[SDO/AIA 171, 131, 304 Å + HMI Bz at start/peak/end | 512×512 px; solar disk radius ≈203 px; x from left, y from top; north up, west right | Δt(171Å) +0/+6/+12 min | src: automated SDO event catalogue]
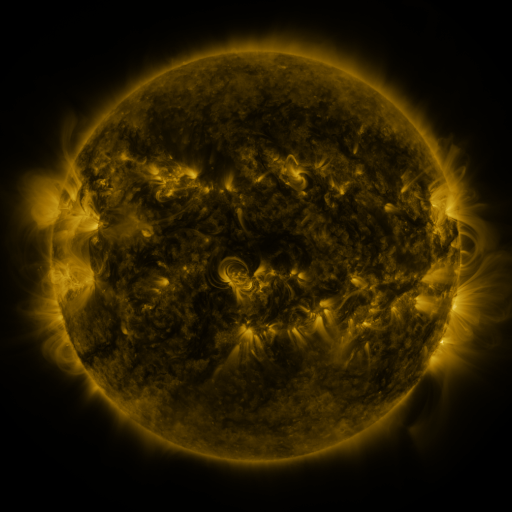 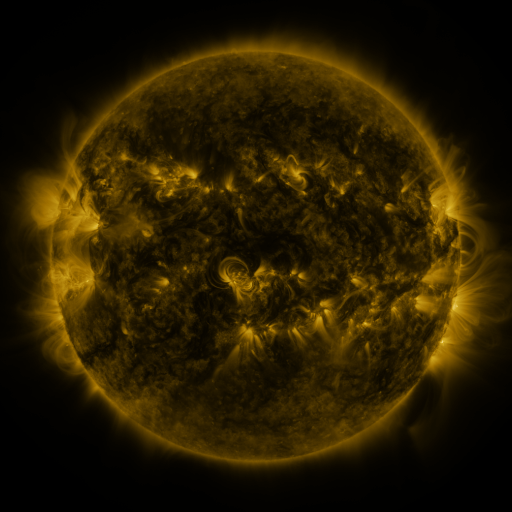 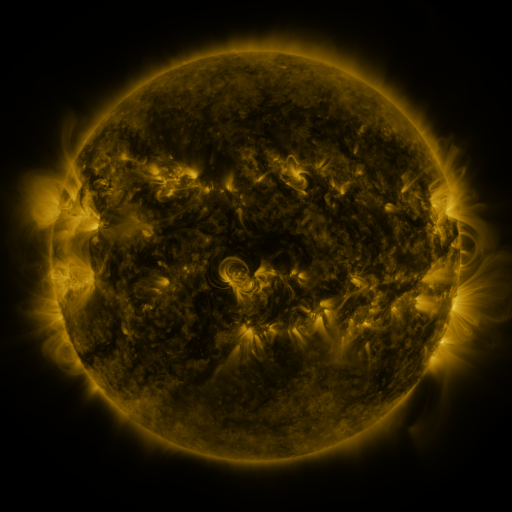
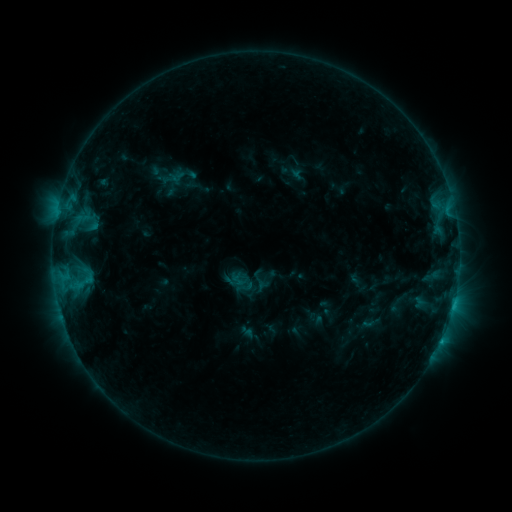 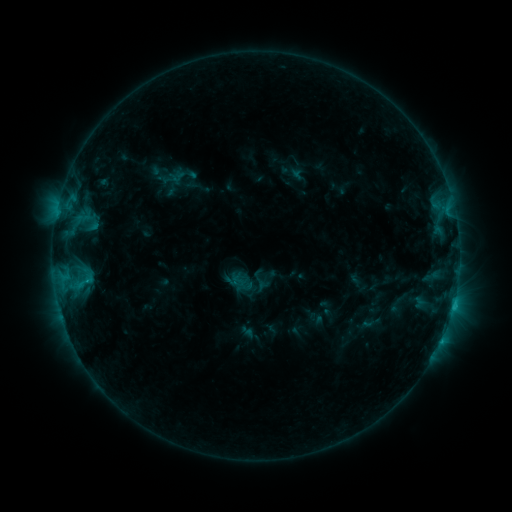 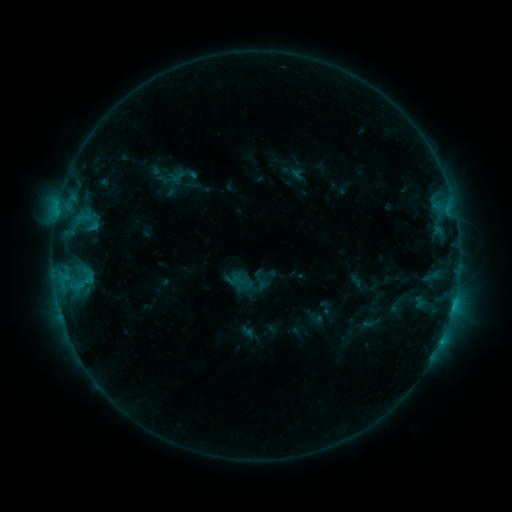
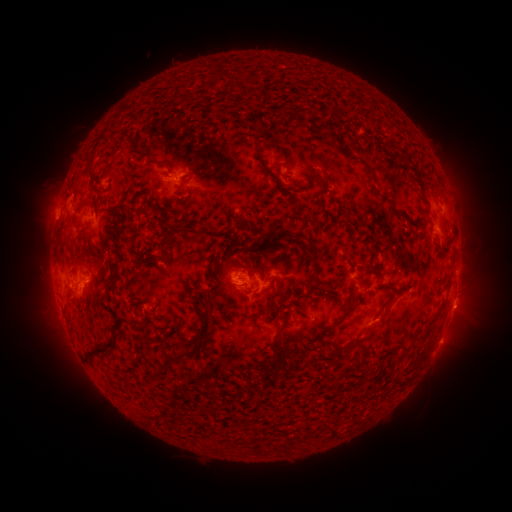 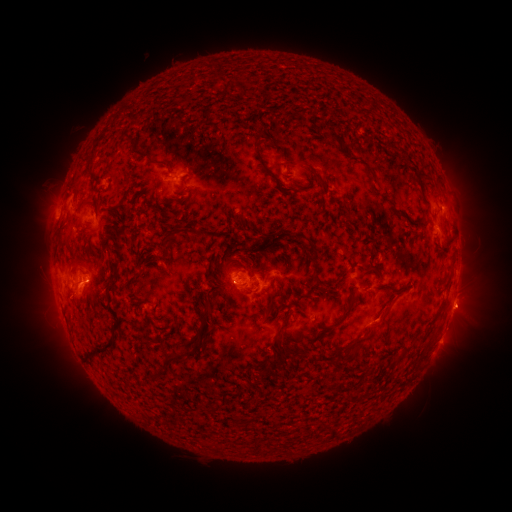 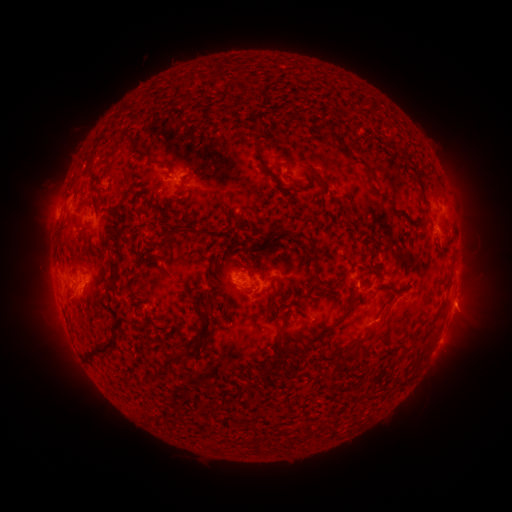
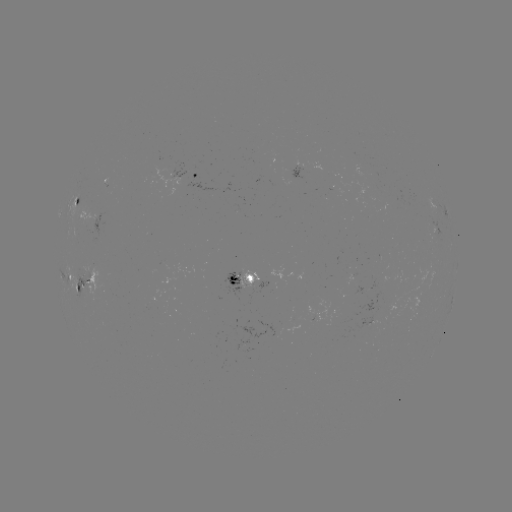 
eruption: (443, 284, 490, 331)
